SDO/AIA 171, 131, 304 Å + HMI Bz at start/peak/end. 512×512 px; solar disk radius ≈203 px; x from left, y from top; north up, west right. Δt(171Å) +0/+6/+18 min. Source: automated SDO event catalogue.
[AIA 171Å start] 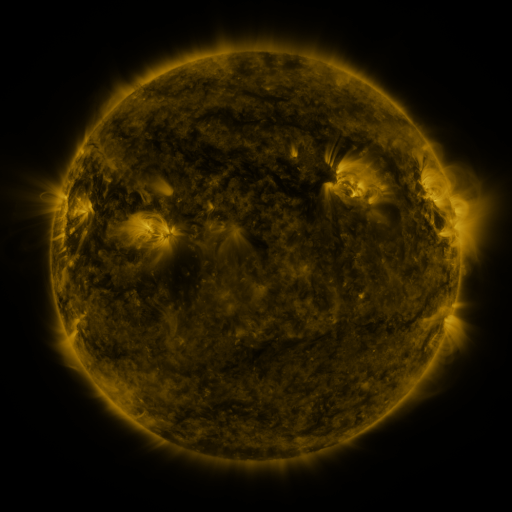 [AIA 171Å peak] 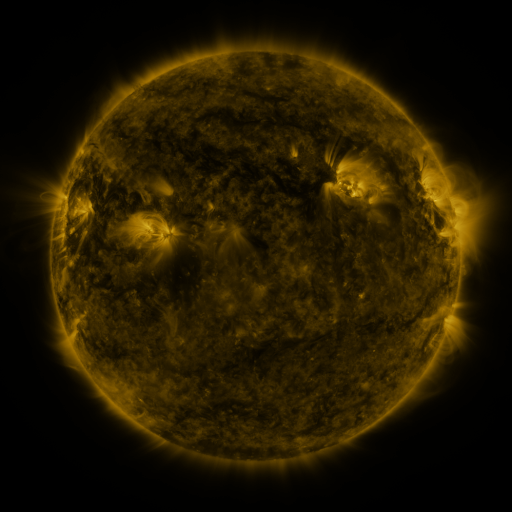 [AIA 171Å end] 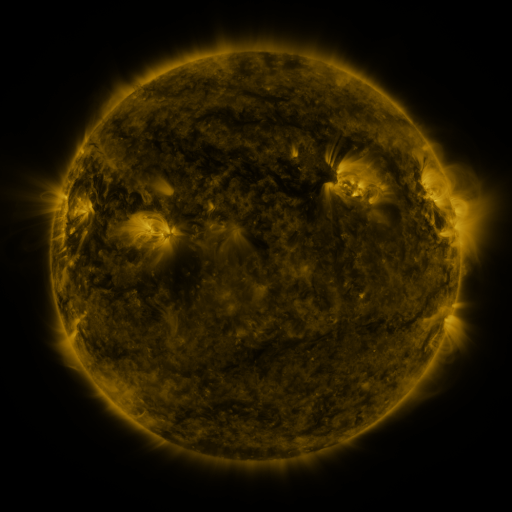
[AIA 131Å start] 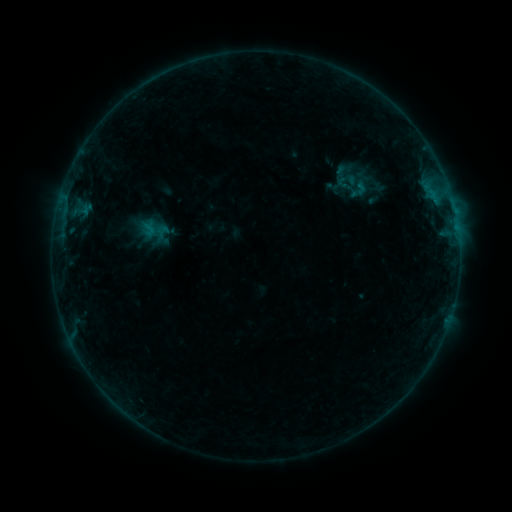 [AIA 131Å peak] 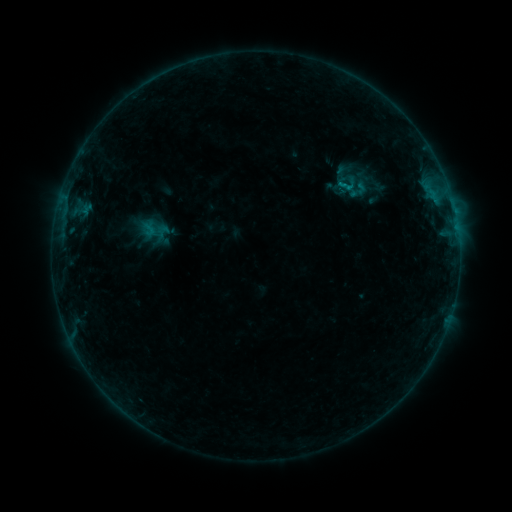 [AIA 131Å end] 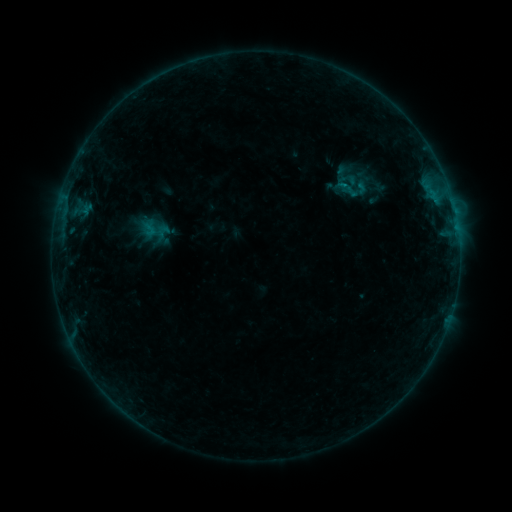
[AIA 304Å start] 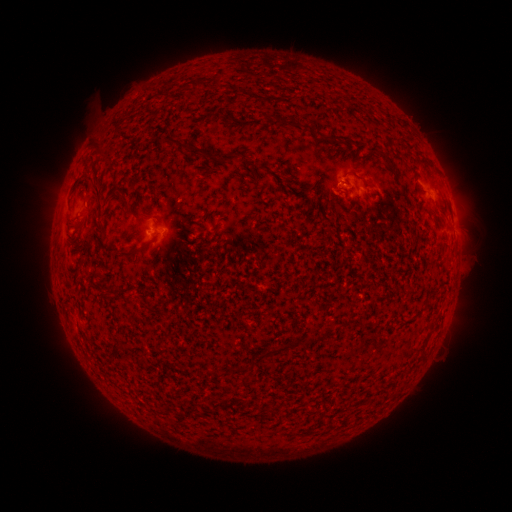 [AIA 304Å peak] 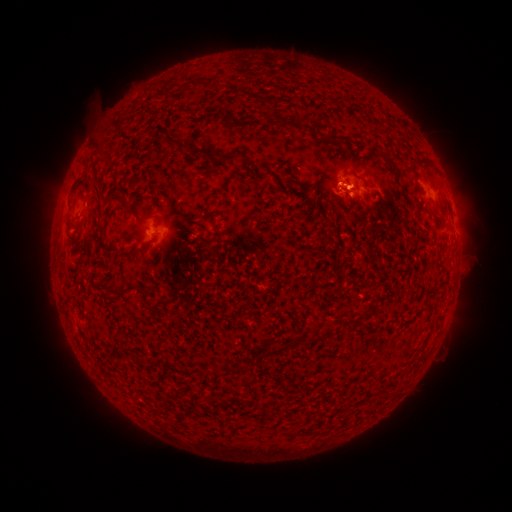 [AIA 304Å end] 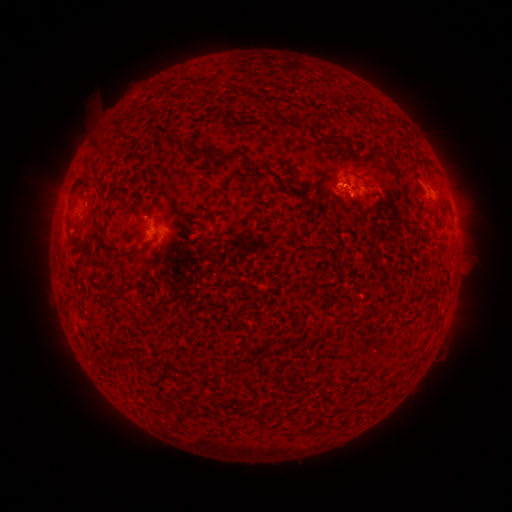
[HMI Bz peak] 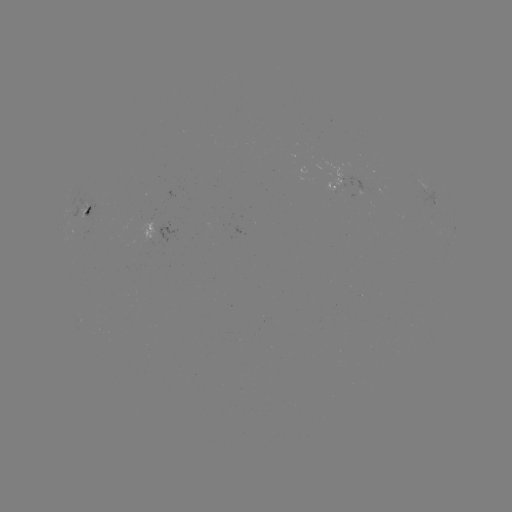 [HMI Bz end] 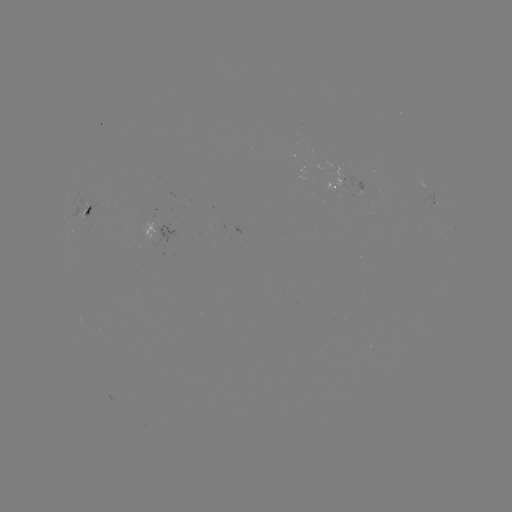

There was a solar flare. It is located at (341, 188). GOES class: B4.1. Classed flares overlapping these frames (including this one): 1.